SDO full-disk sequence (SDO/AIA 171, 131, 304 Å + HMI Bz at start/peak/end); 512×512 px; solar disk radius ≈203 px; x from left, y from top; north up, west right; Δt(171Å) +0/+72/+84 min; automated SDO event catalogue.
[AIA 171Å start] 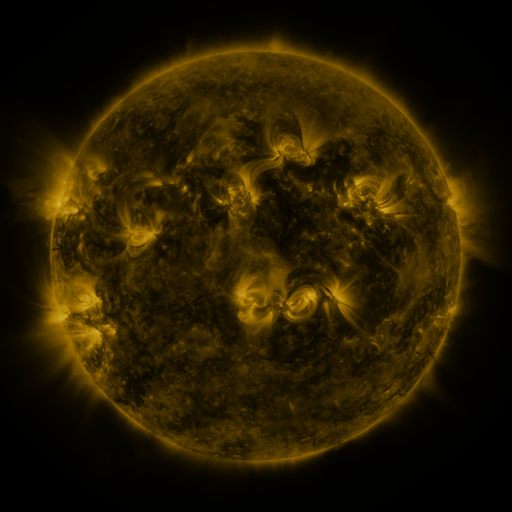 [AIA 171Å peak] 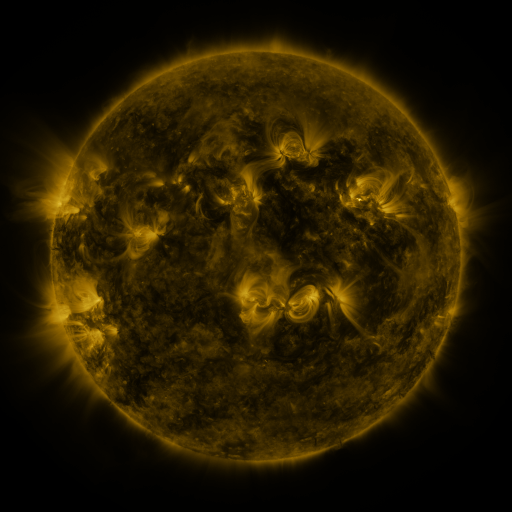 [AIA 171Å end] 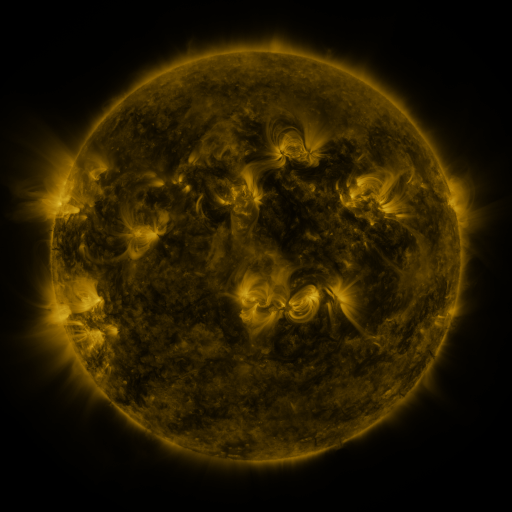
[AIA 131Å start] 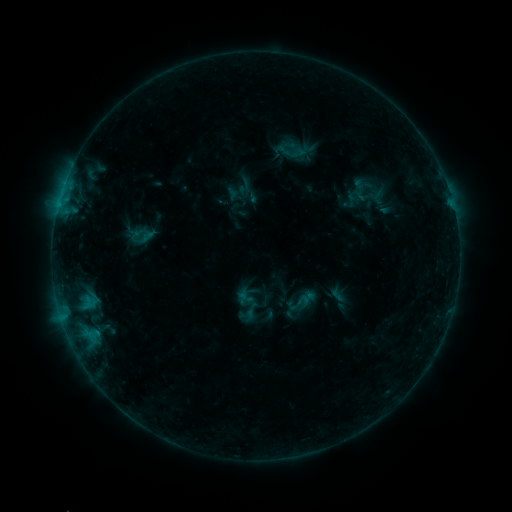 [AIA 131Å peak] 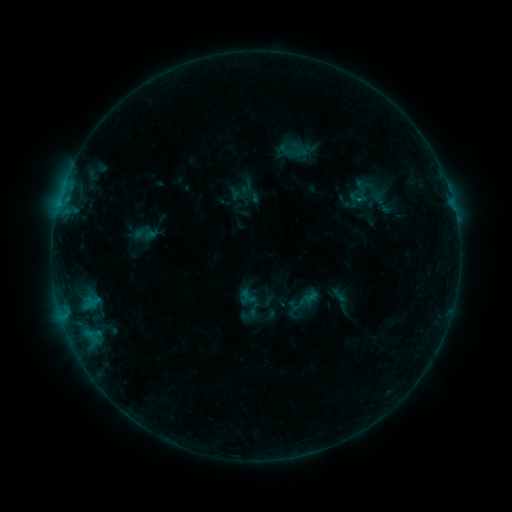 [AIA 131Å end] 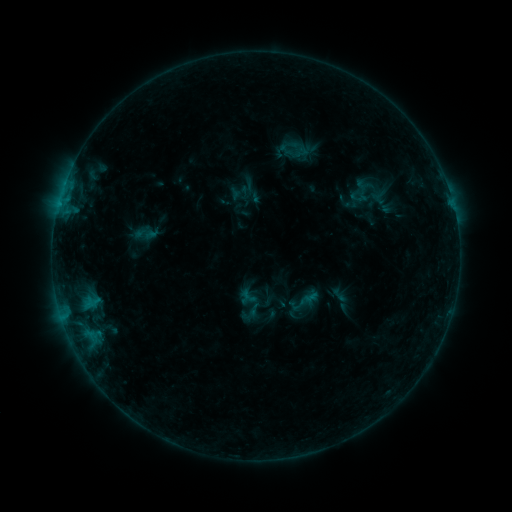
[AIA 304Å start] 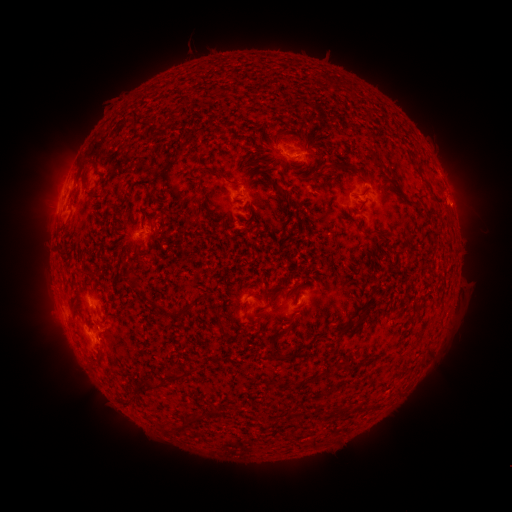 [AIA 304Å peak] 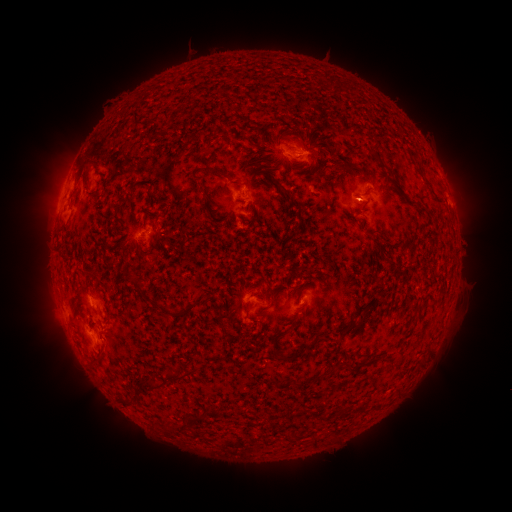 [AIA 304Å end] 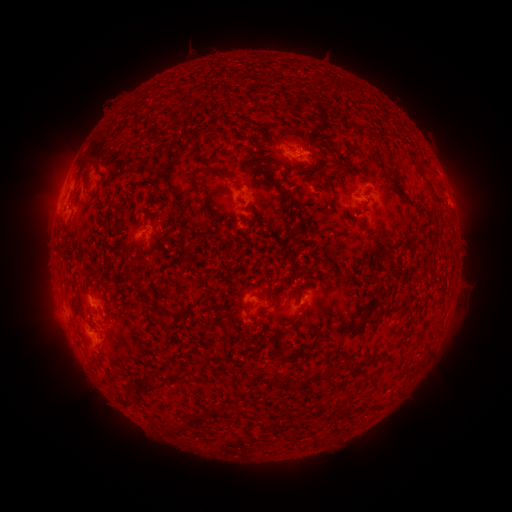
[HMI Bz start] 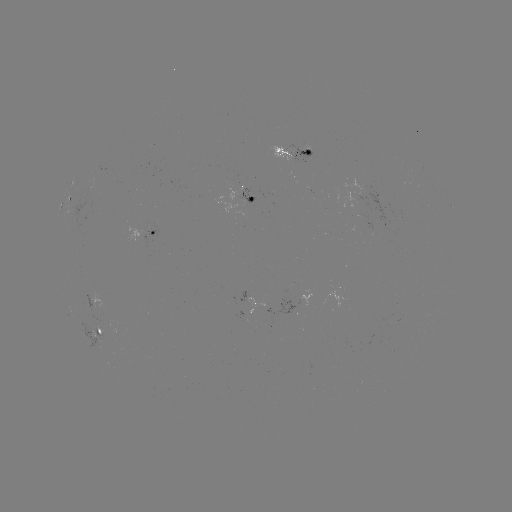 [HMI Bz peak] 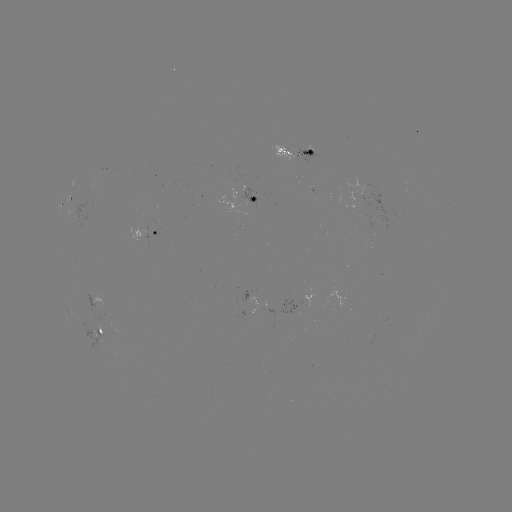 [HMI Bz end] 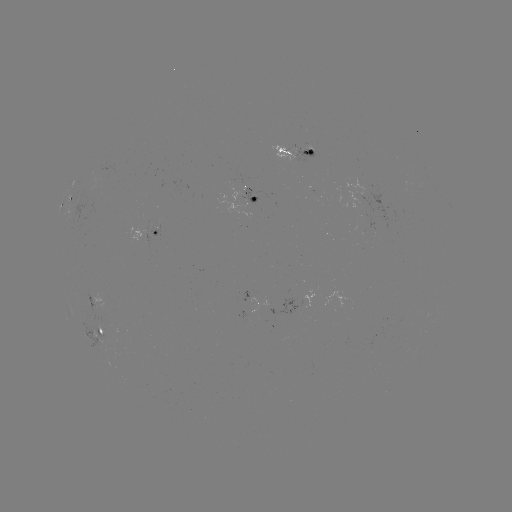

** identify emerging-flux region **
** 287,150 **